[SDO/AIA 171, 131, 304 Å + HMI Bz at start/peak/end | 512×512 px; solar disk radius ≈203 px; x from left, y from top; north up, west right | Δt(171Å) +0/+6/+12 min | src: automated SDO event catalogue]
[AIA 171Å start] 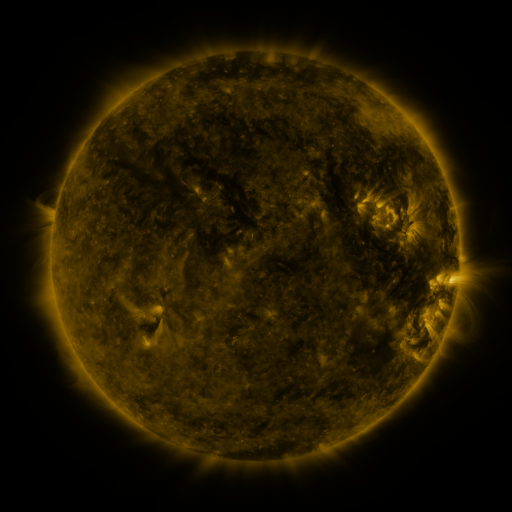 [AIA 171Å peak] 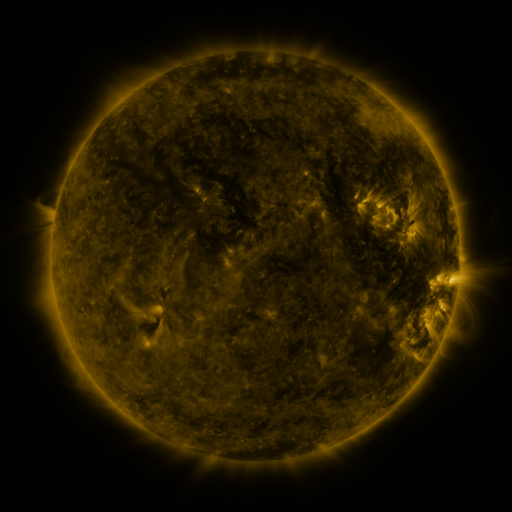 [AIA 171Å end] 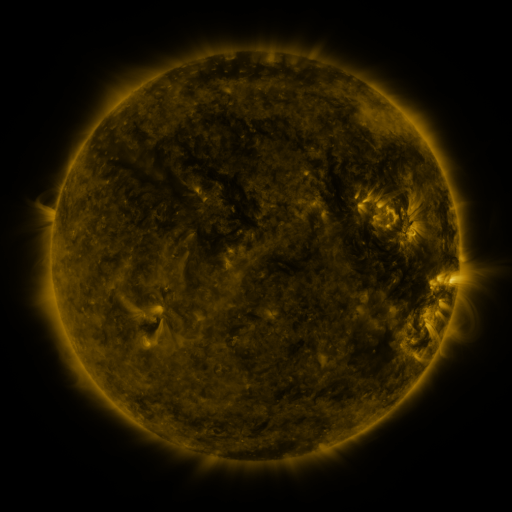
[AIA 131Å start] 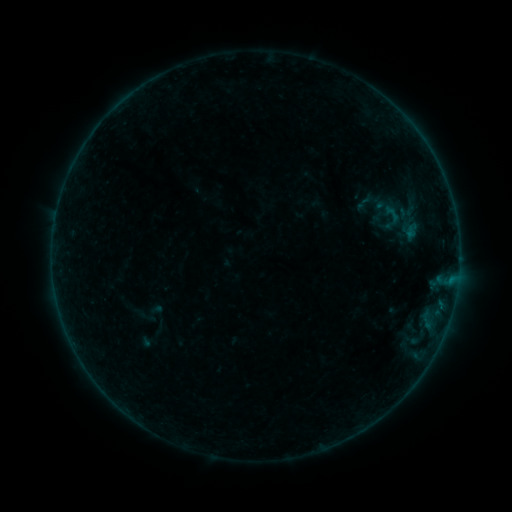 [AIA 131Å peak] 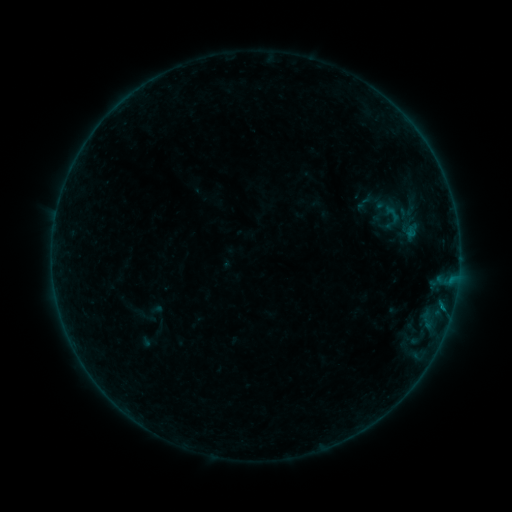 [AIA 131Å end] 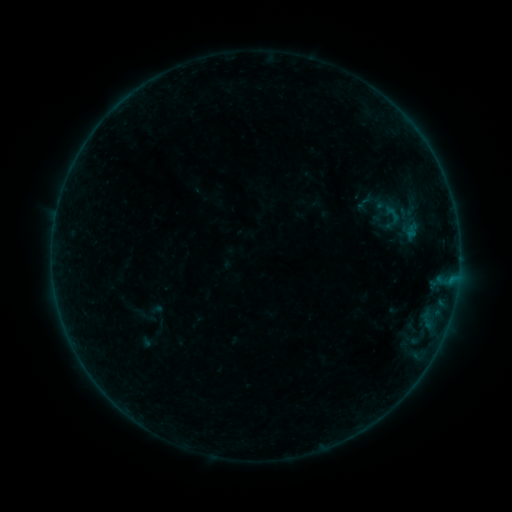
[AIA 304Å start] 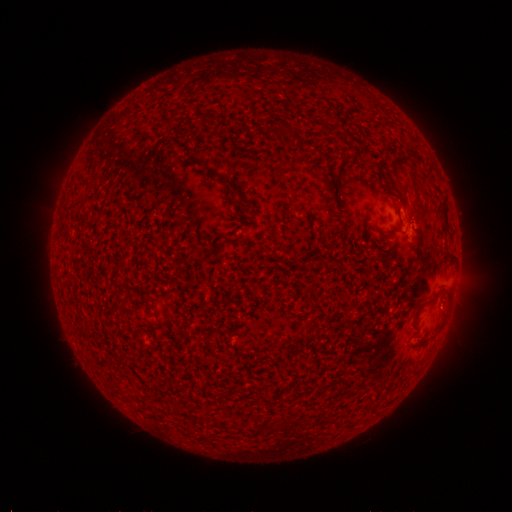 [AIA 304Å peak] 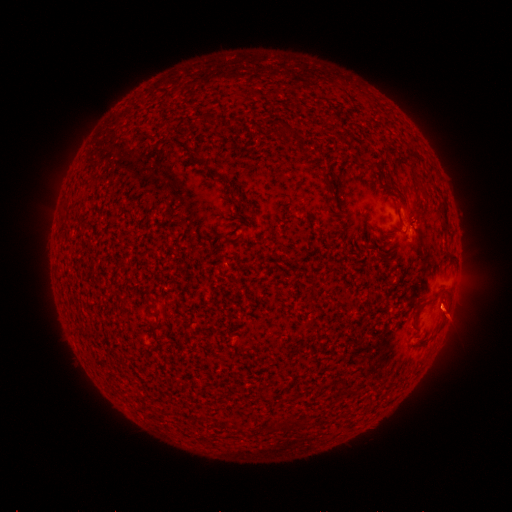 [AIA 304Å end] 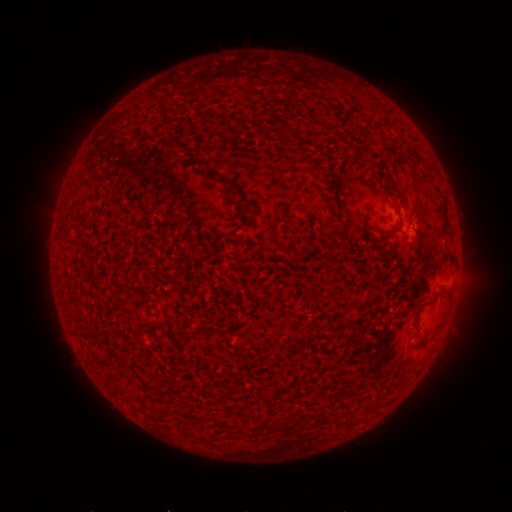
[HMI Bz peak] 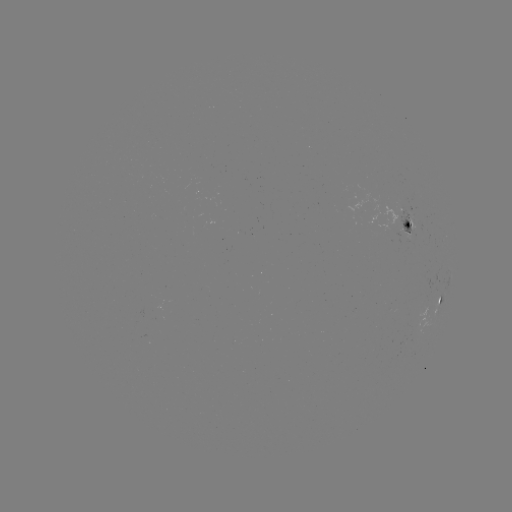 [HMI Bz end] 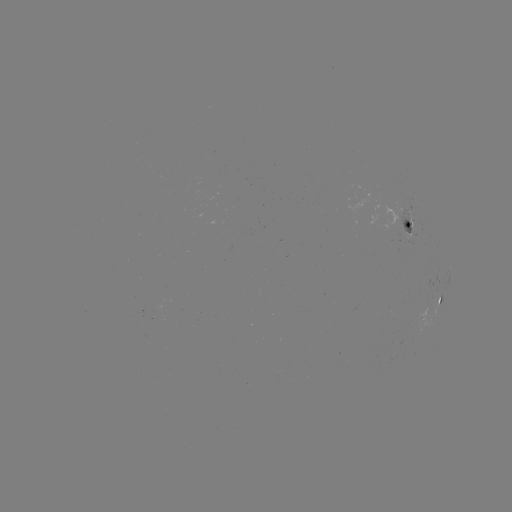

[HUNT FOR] B1.4 flare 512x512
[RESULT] (441, 306)